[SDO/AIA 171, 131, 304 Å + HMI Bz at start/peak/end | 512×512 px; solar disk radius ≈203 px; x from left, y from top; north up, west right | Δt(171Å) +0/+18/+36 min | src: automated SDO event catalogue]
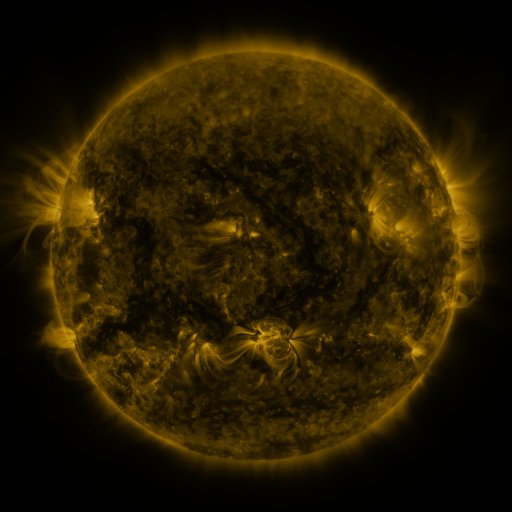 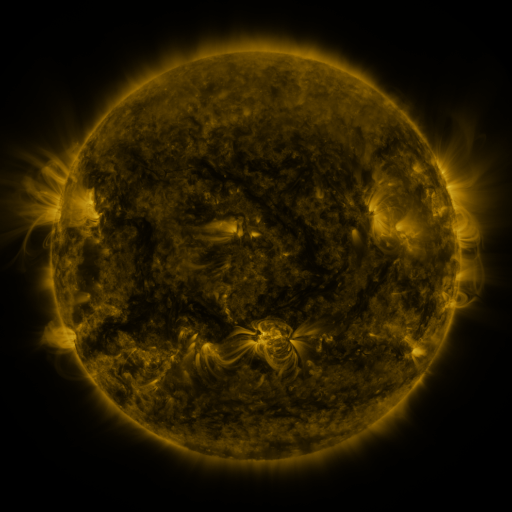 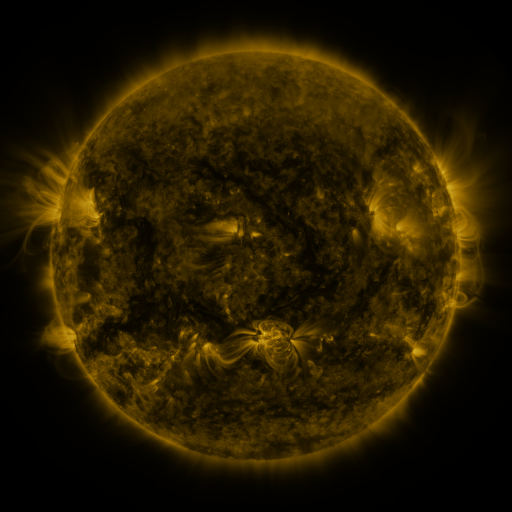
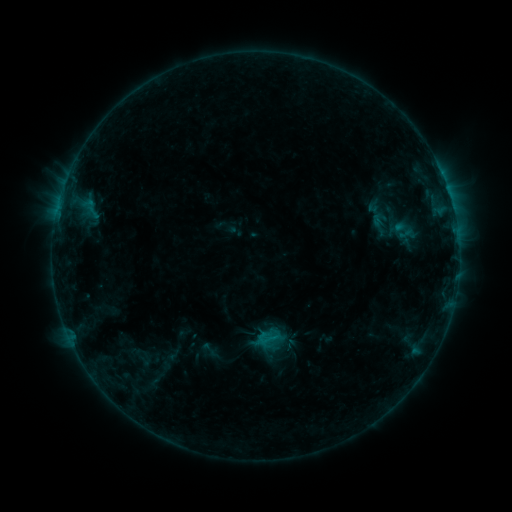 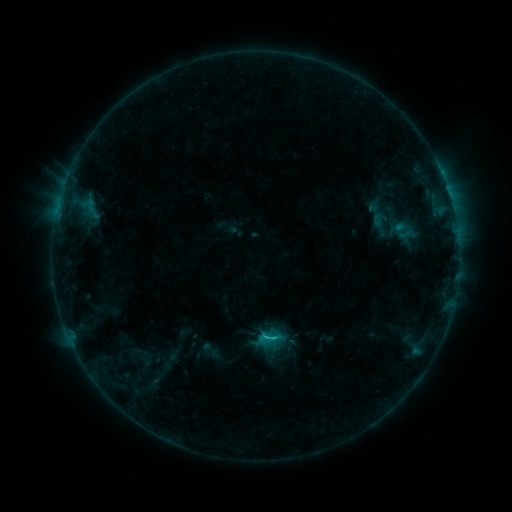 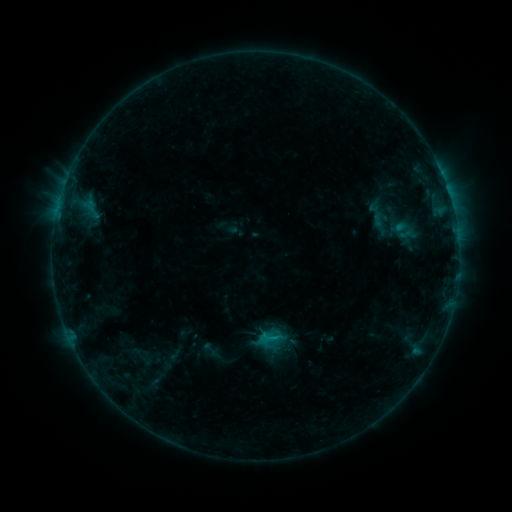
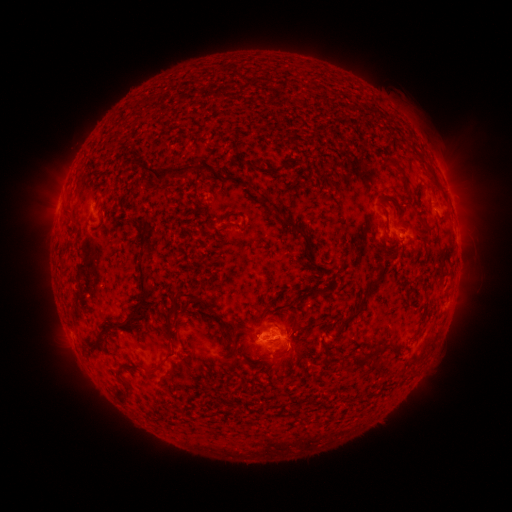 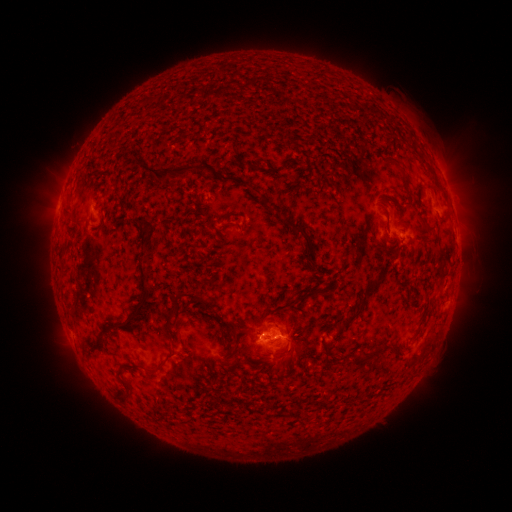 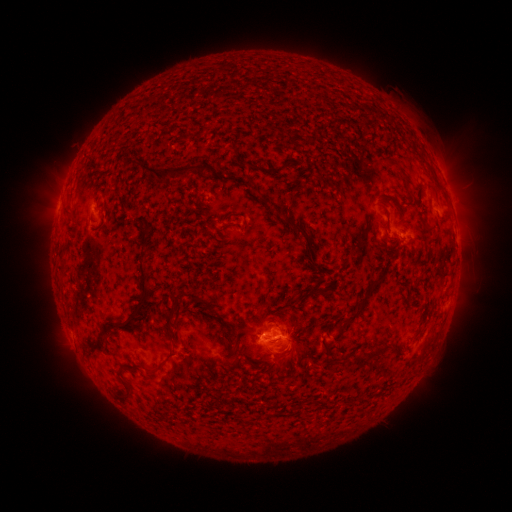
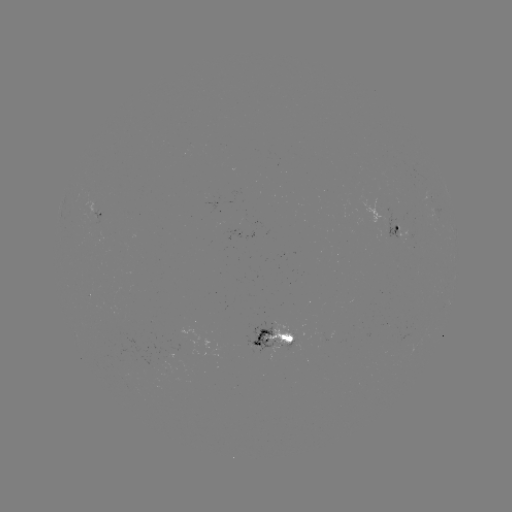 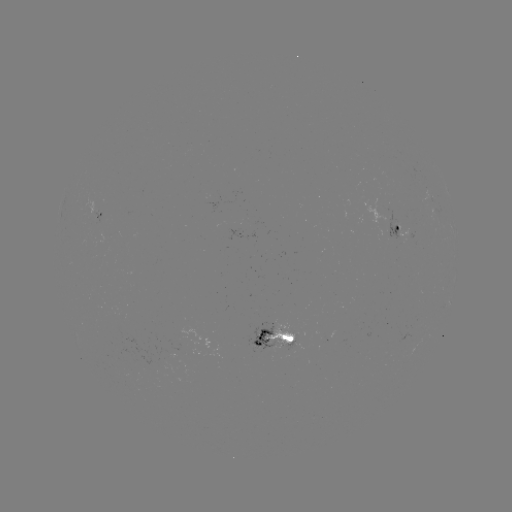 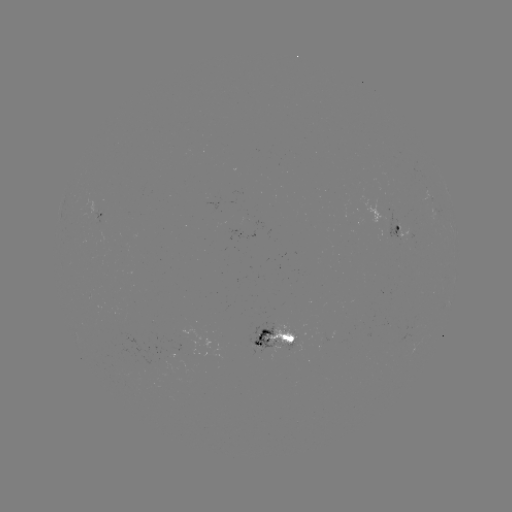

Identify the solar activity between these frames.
C1.0 flare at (266, 336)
